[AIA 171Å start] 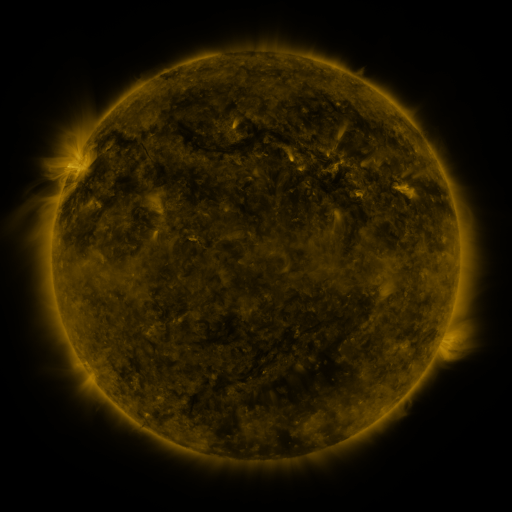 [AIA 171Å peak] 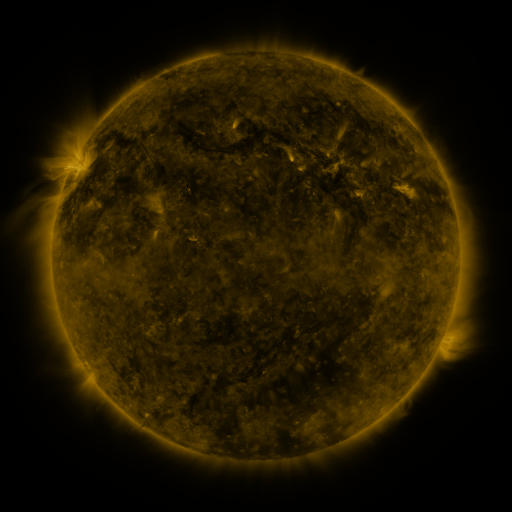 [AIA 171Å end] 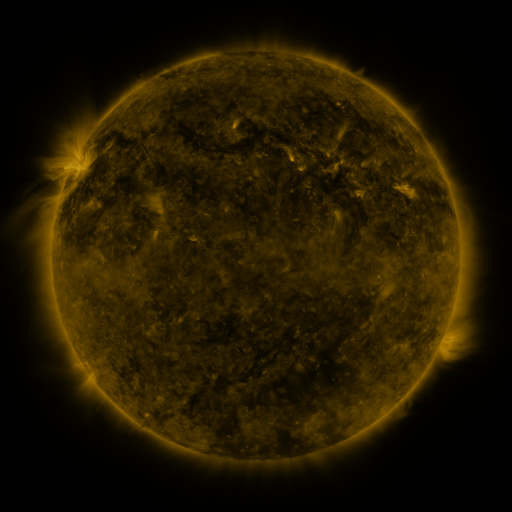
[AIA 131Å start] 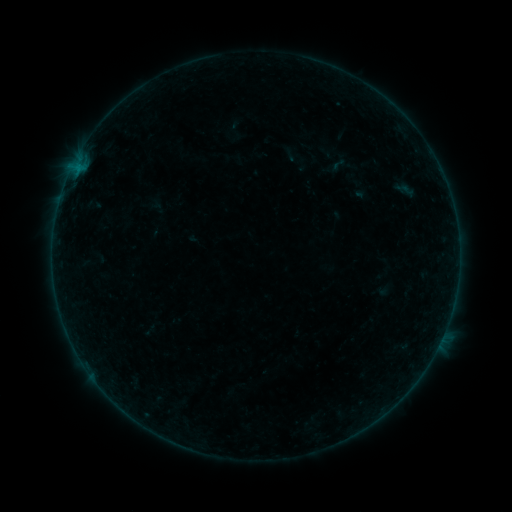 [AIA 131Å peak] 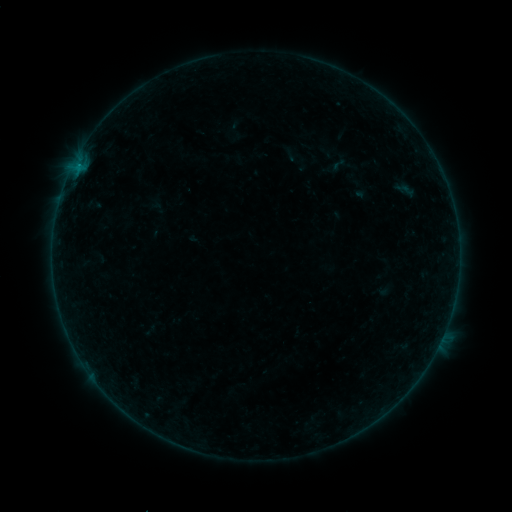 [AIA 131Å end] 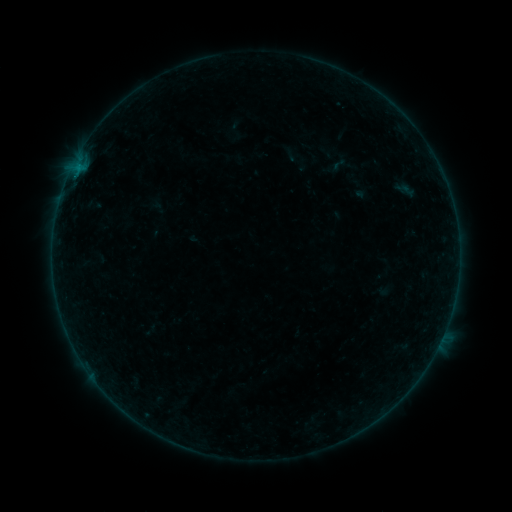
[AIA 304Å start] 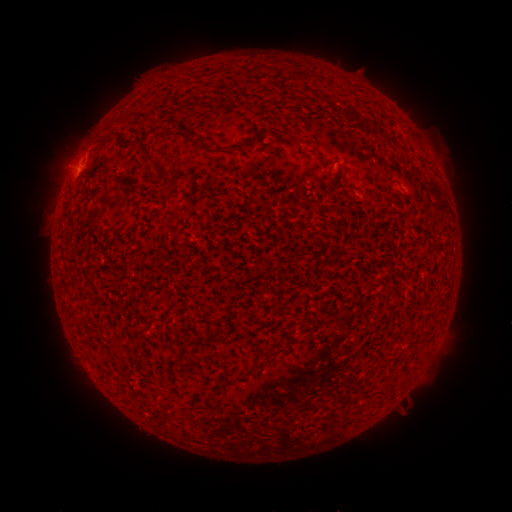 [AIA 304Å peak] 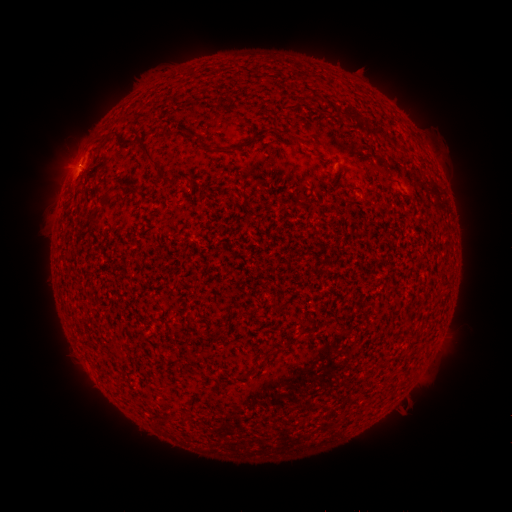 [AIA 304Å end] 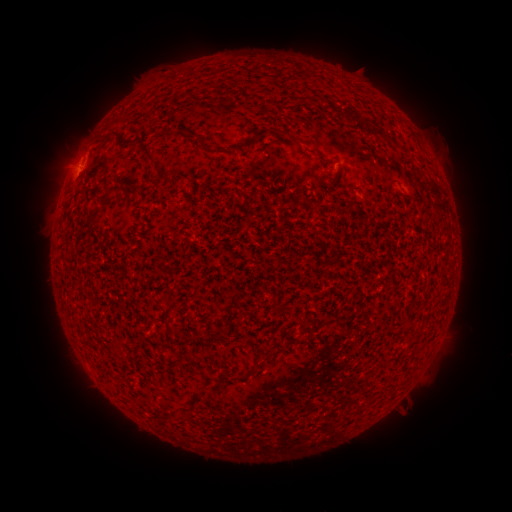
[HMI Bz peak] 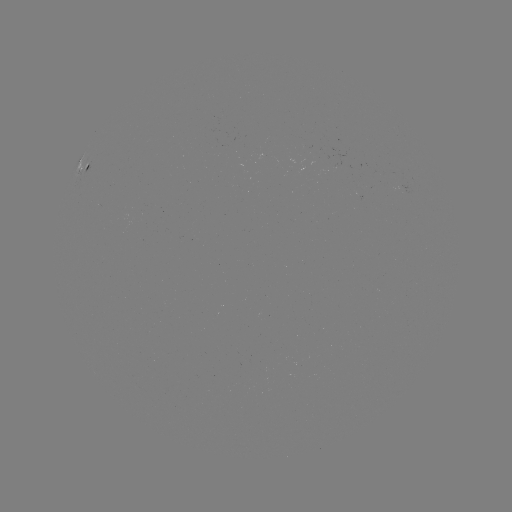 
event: flare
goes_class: B1.5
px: (79, 168)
